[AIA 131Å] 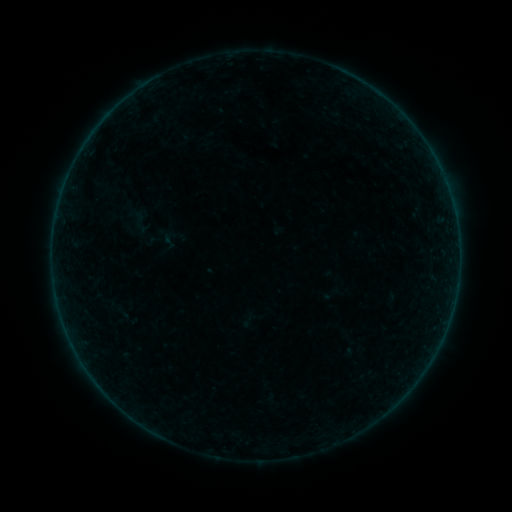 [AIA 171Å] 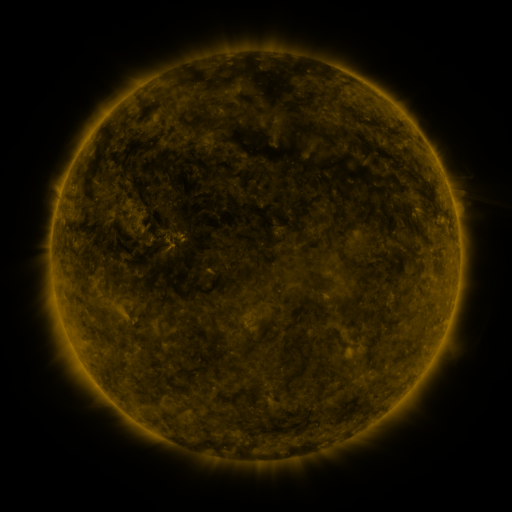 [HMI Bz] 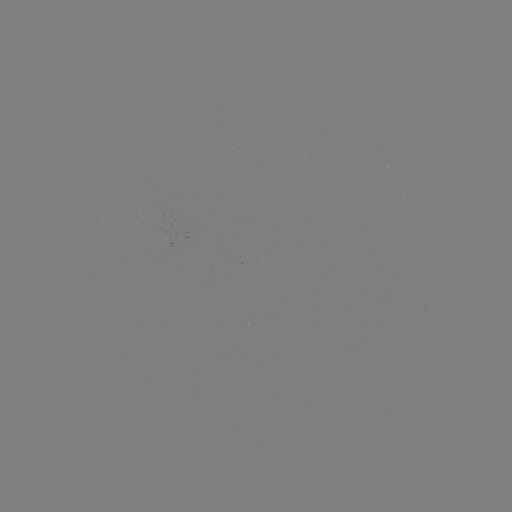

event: sigmoid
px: (169, 242)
